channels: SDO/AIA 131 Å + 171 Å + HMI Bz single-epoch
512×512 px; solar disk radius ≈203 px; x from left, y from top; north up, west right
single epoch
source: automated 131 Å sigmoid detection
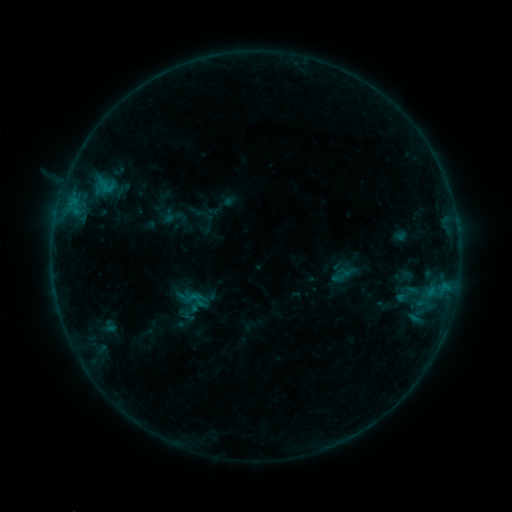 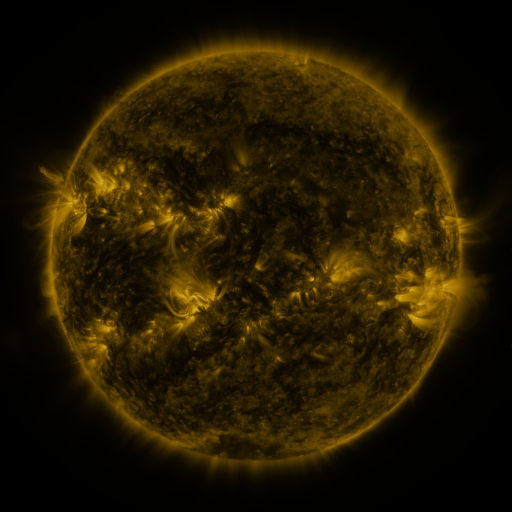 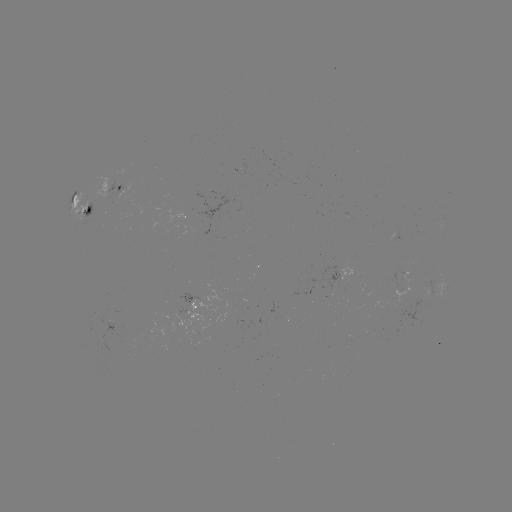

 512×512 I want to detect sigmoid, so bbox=[185, 290, 207, 309].